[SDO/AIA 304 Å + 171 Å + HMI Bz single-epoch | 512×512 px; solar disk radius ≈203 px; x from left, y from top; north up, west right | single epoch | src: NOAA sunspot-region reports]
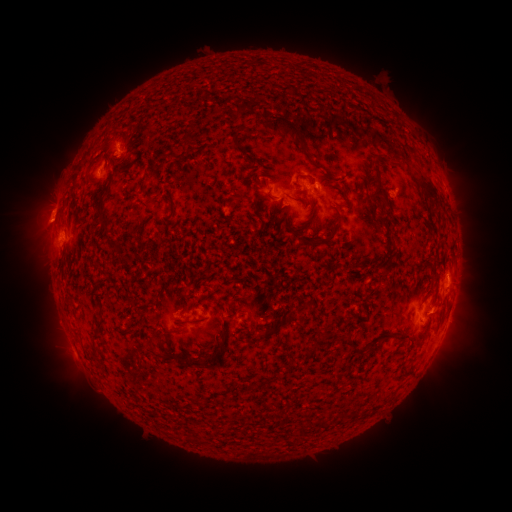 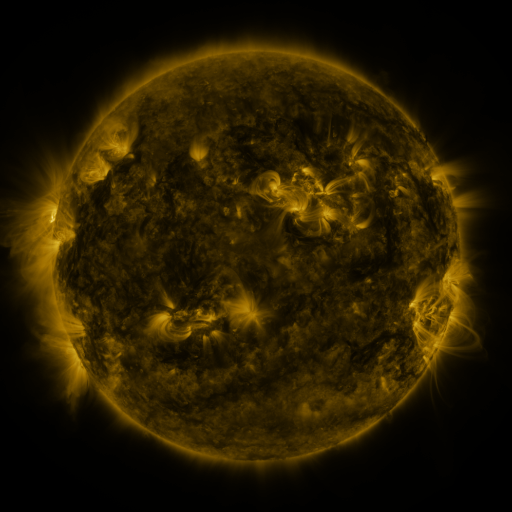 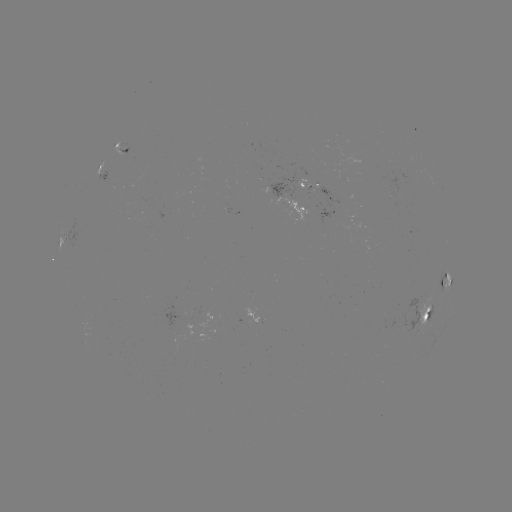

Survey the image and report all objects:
spotted active region: (122, 147)
spotted active region: (103, 167)
spotted active region: (326, 192)
spotted active region: (287, 202)
spotted active region: (78, 232)
spotted active region: (452, 281)
spotted active region: (429, 314)
spotted active region: (193, 315)
spotted active region: (450, 315)
